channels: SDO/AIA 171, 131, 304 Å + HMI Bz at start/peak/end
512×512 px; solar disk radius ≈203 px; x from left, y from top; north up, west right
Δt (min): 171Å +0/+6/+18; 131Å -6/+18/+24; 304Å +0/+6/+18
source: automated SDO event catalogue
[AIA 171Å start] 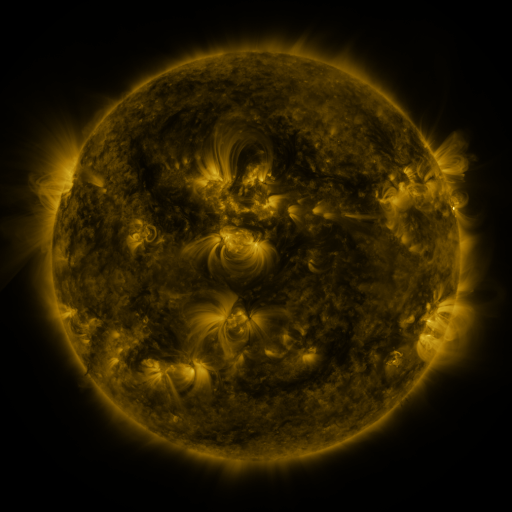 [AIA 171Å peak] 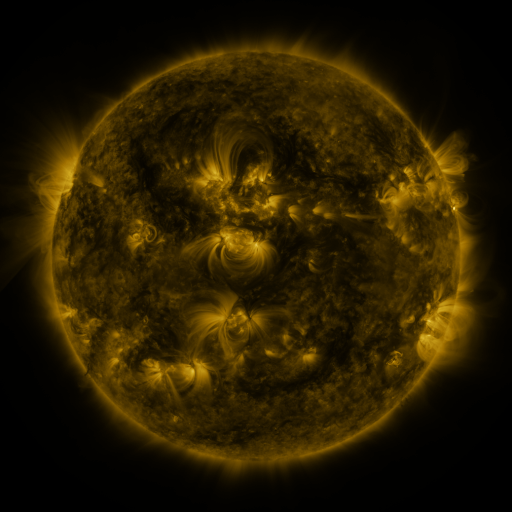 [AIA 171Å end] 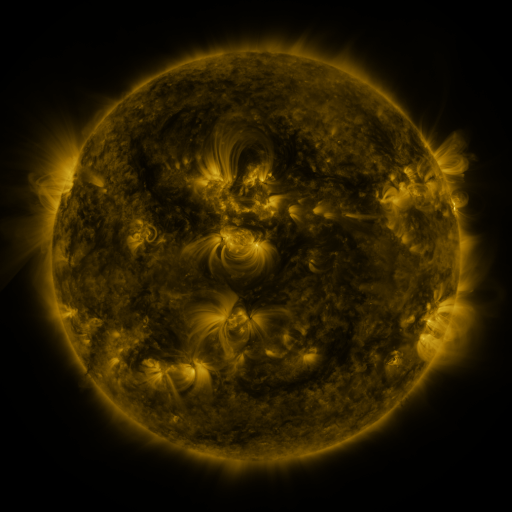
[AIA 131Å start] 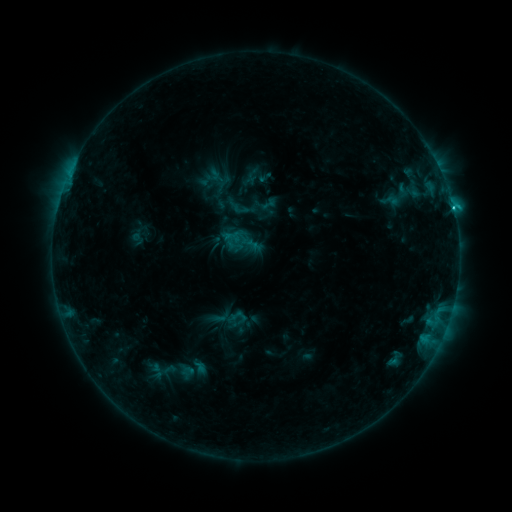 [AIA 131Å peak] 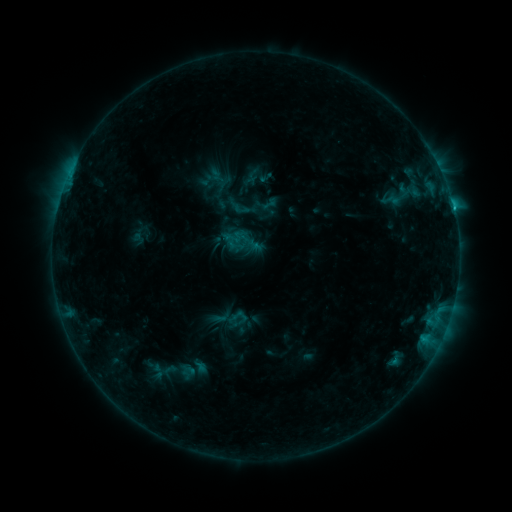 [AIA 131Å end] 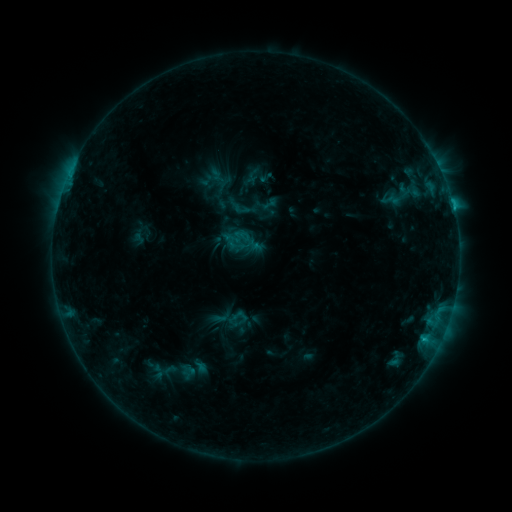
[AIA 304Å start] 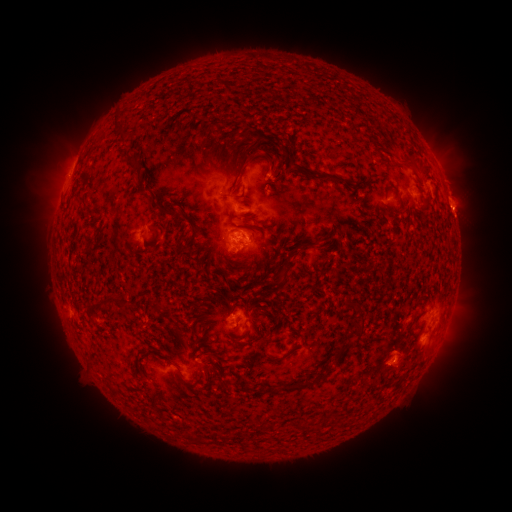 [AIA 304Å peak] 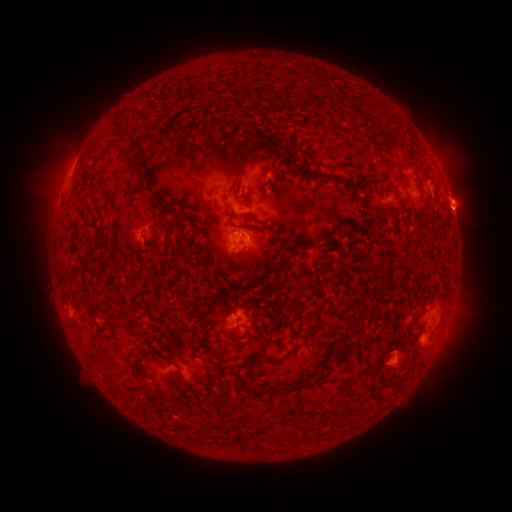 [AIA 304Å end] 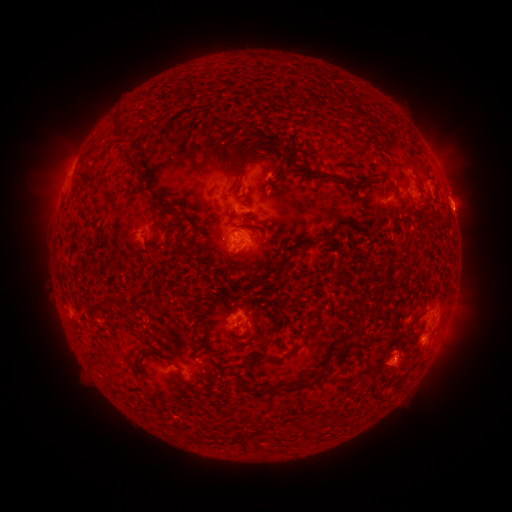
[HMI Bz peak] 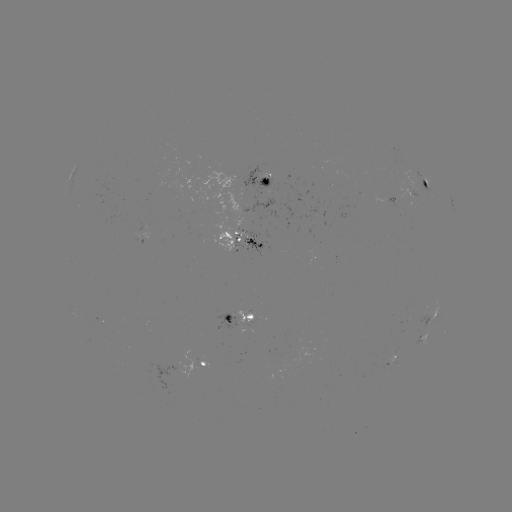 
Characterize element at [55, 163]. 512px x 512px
eruption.